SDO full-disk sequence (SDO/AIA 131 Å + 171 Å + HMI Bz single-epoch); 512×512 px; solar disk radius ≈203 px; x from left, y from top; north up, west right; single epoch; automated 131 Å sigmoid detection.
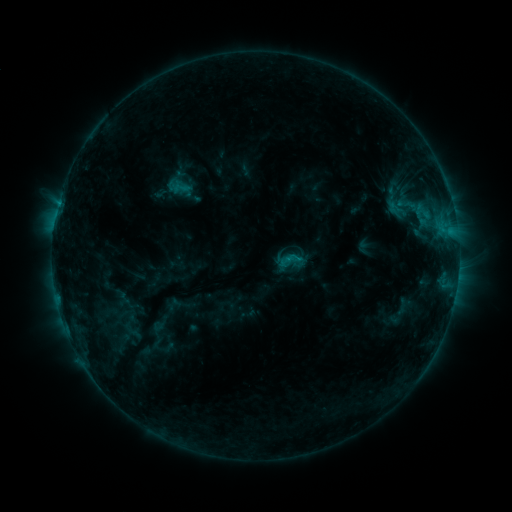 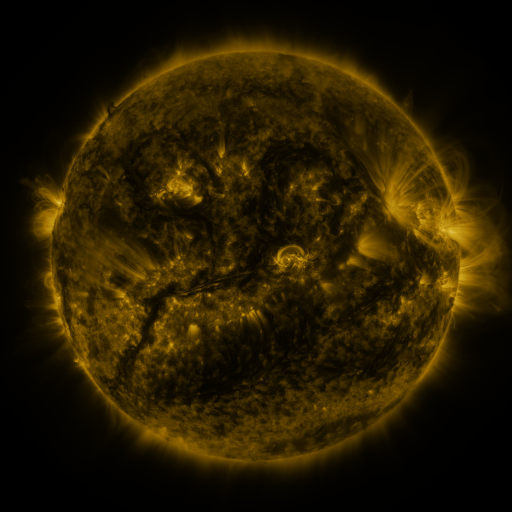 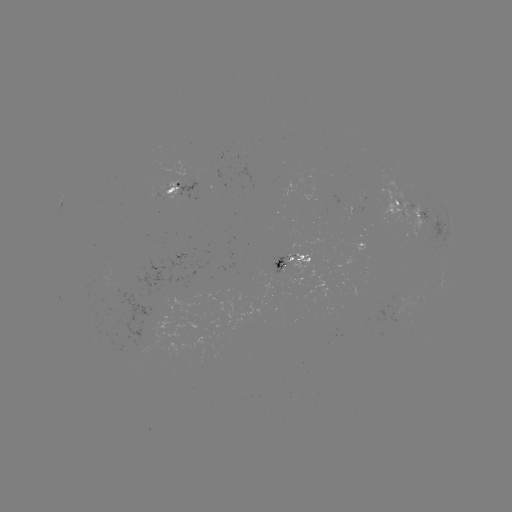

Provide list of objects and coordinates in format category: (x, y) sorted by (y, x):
sigmoid: (181, 188)
